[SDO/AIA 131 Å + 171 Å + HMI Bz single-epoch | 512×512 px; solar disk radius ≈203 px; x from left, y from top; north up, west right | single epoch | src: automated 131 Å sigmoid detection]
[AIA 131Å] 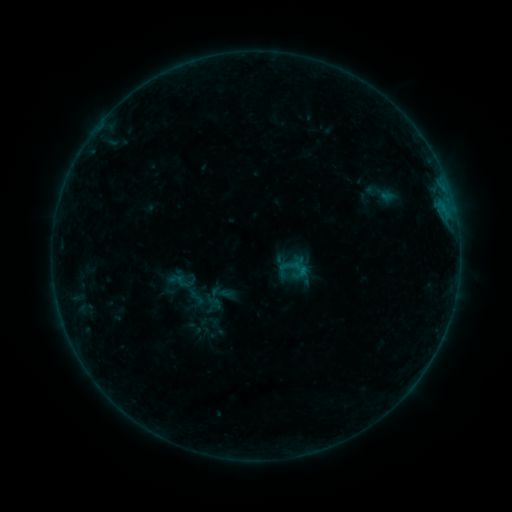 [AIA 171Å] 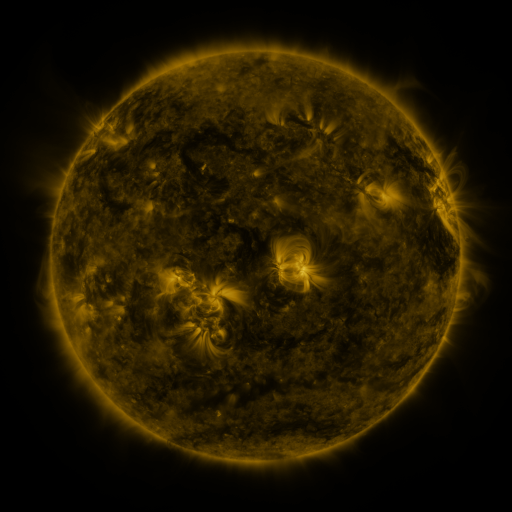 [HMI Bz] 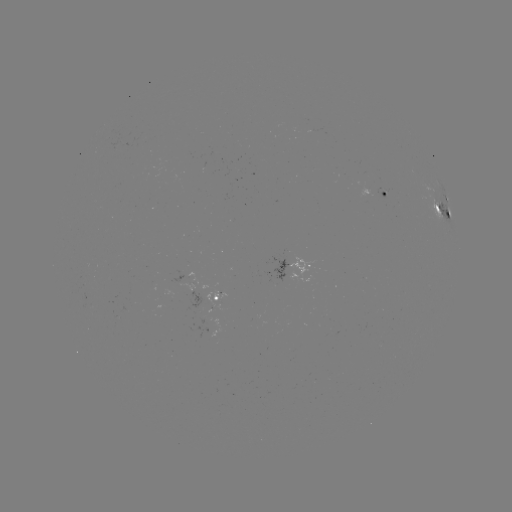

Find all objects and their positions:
sigmoid: (213, 301)
